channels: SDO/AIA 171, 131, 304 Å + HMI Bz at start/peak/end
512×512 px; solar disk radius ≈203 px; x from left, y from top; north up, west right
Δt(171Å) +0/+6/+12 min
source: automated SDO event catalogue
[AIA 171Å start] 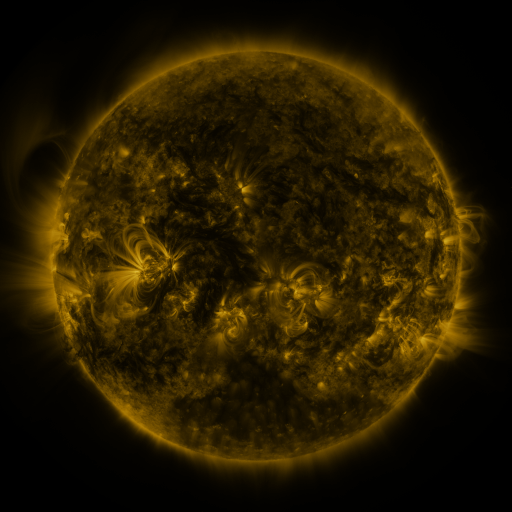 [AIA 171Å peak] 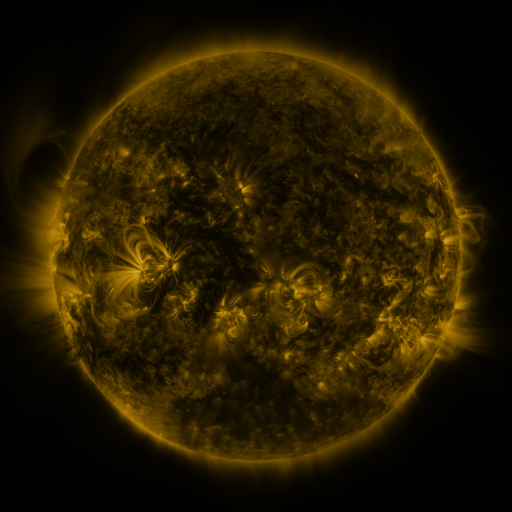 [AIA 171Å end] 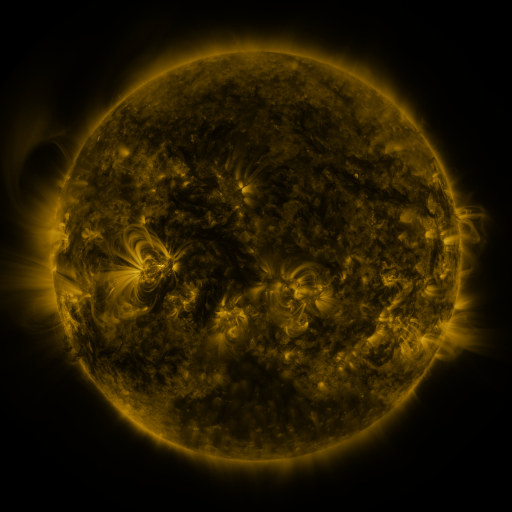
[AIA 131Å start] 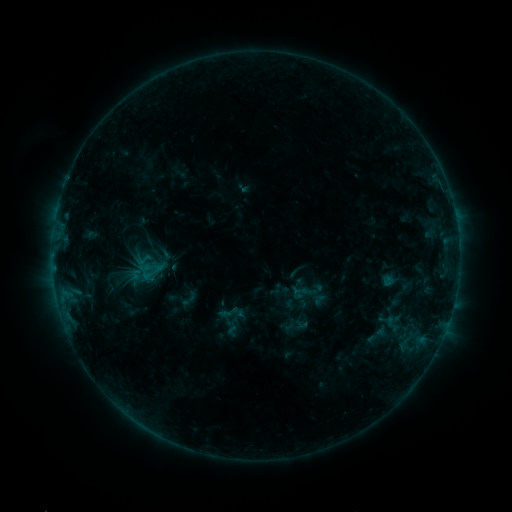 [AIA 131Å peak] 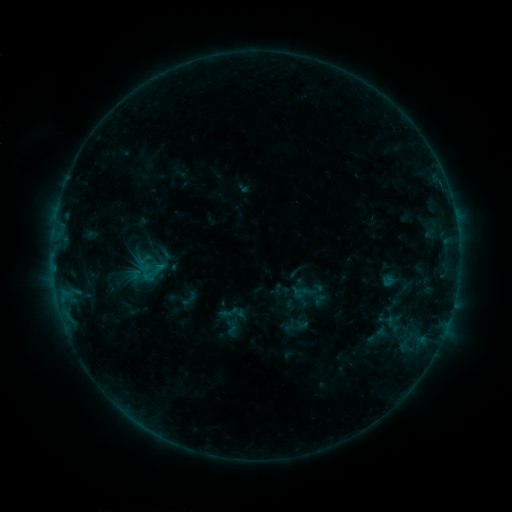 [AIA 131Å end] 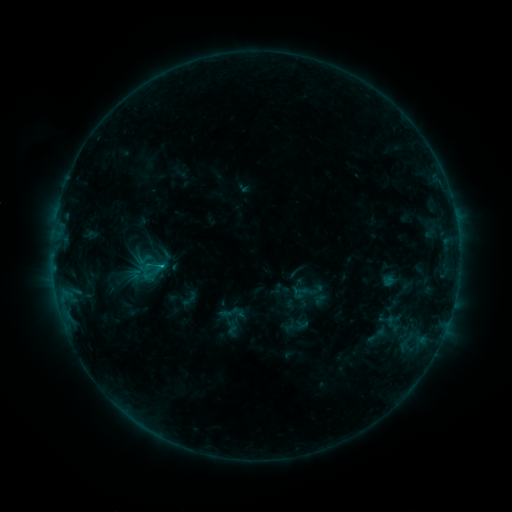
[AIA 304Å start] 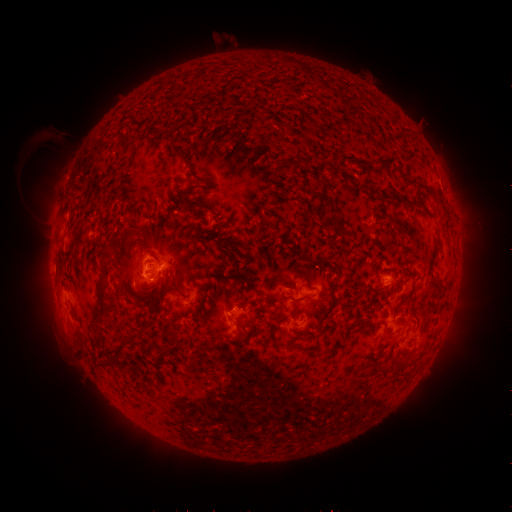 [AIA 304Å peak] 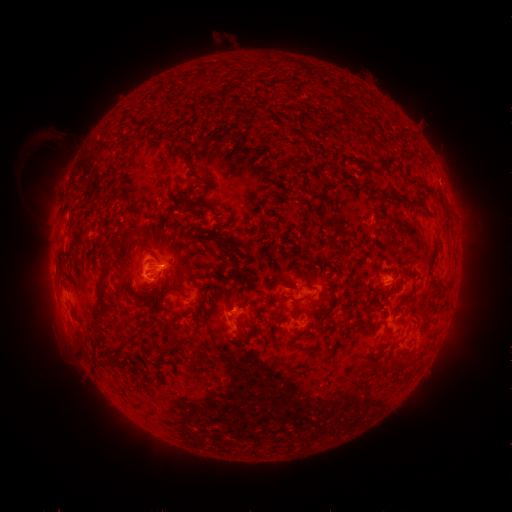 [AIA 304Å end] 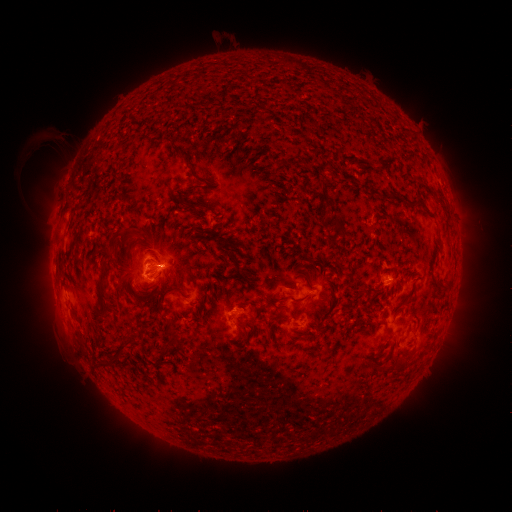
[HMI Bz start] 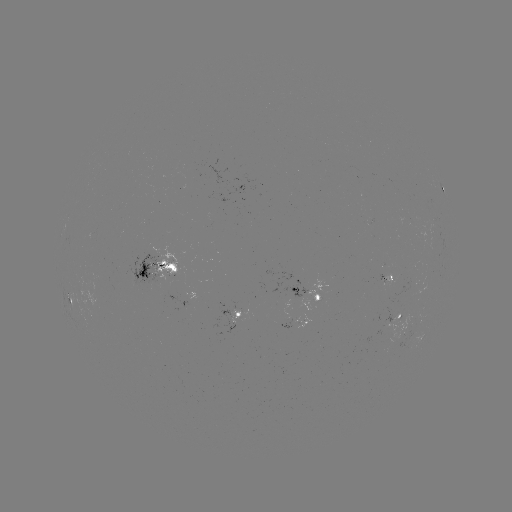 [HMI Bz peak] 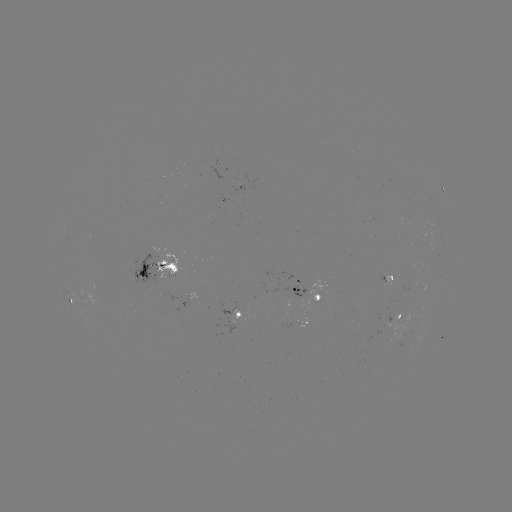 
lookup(B9.7 flare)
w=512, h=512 (163, 263)